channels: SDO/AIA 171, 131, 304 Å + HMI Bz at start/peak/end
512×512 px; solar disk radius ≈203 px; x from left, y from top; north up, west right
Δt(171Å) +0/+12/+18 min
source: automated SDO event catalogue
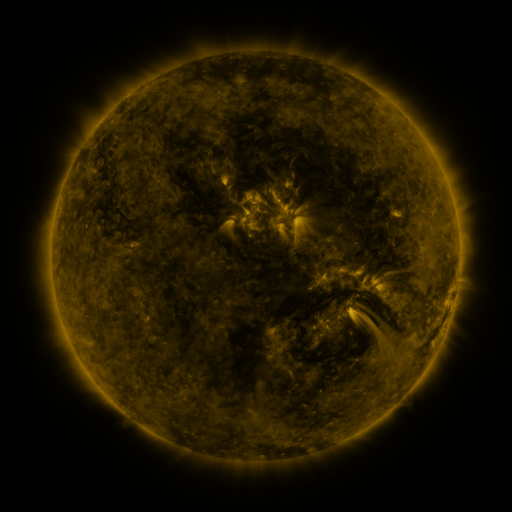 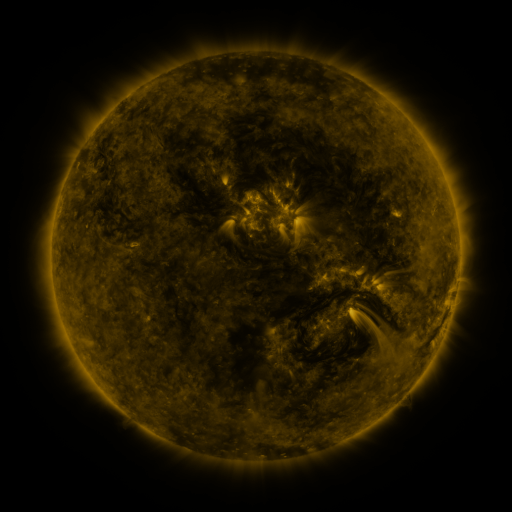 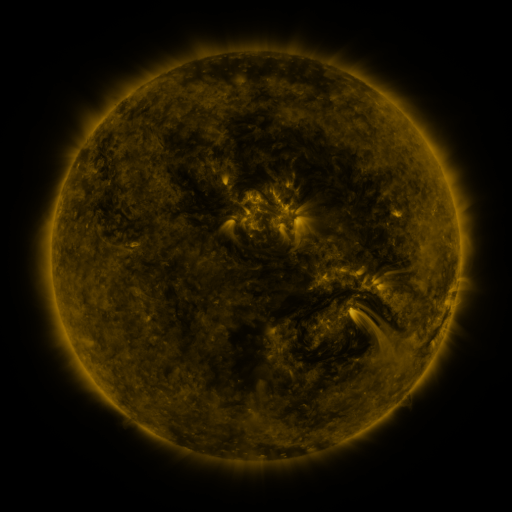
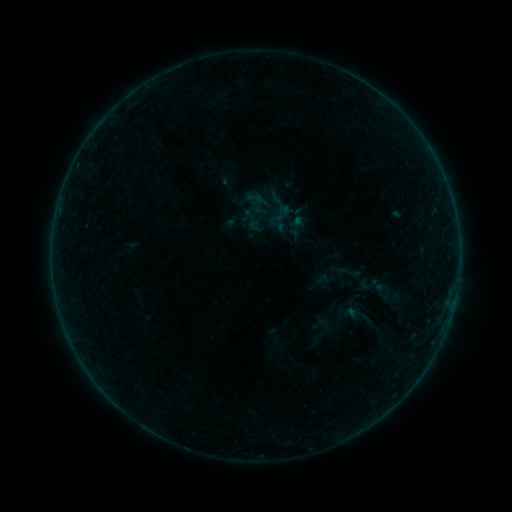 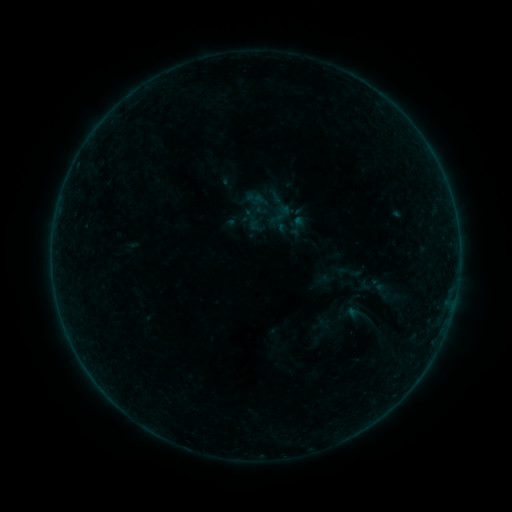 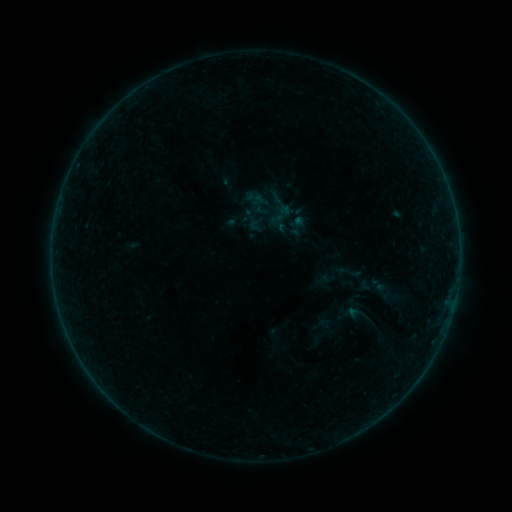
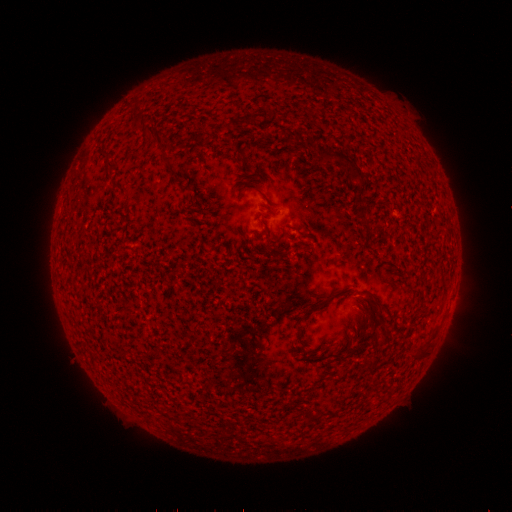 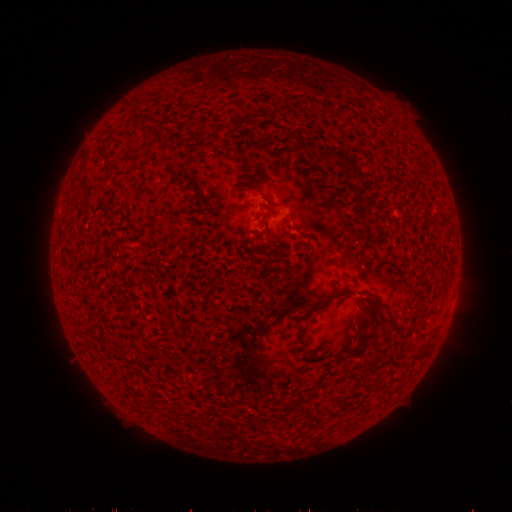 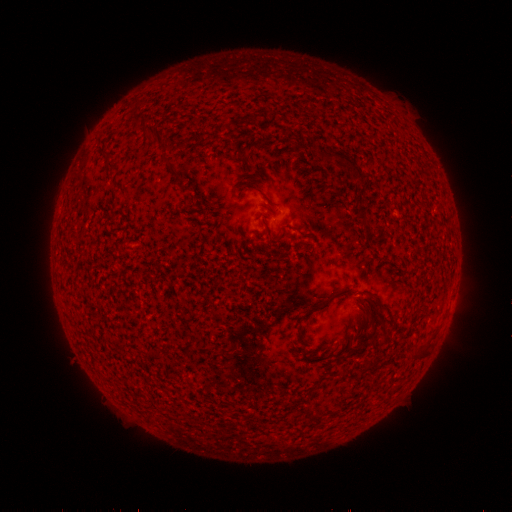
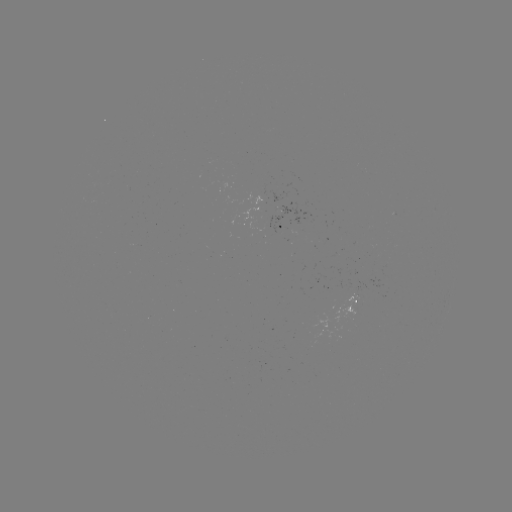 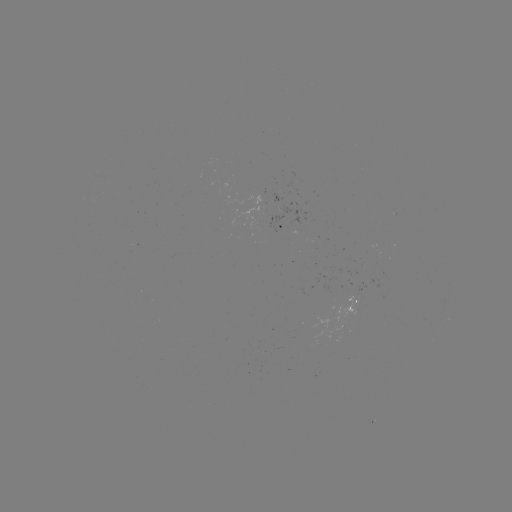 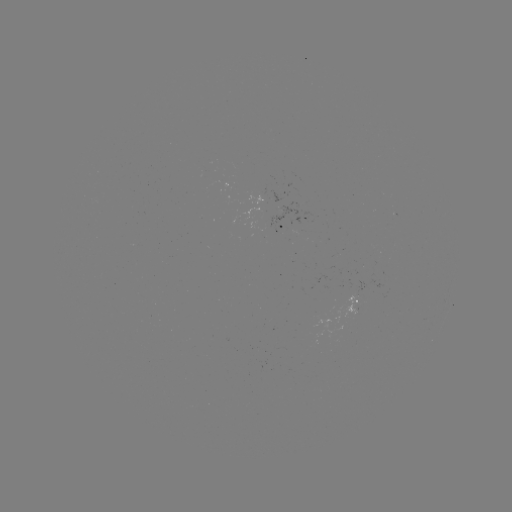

nothing was catalogued: no classed flare, no EUV trigger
